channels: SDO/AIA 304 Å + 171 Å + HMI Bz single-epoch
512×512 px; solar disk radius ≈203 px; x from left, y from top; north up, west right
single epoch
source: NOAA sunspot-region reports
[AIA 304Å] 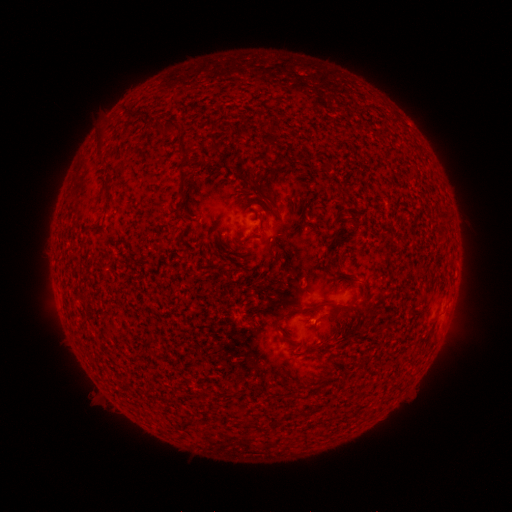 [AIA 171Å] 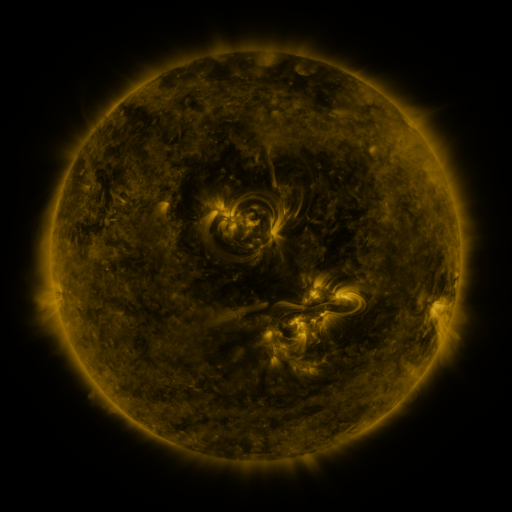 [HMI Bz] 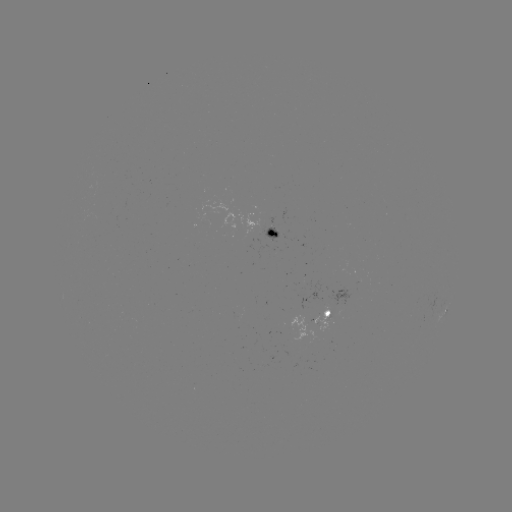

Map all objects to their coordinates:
spotted active region: (273, 233)
spotted active region: (445, 311)
spotted active region: (317, 316)
